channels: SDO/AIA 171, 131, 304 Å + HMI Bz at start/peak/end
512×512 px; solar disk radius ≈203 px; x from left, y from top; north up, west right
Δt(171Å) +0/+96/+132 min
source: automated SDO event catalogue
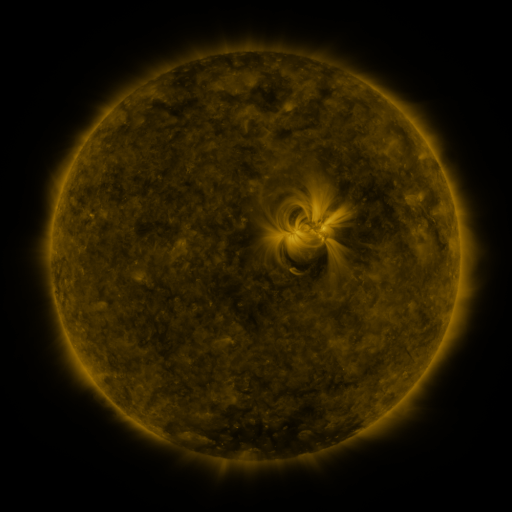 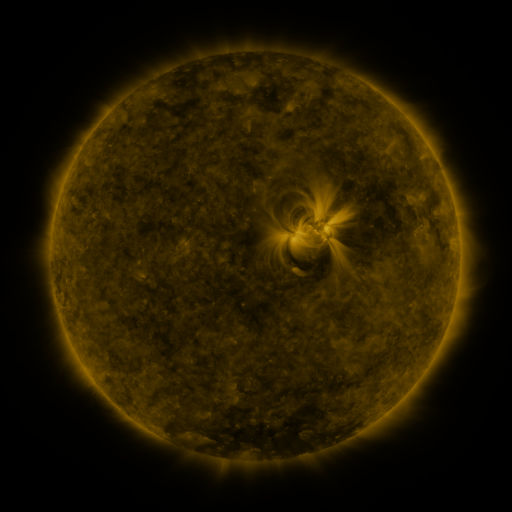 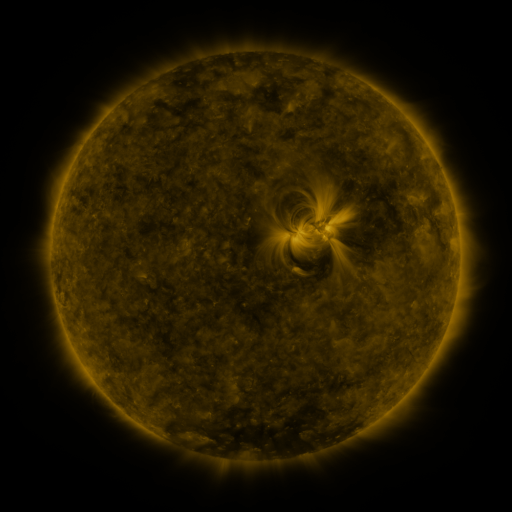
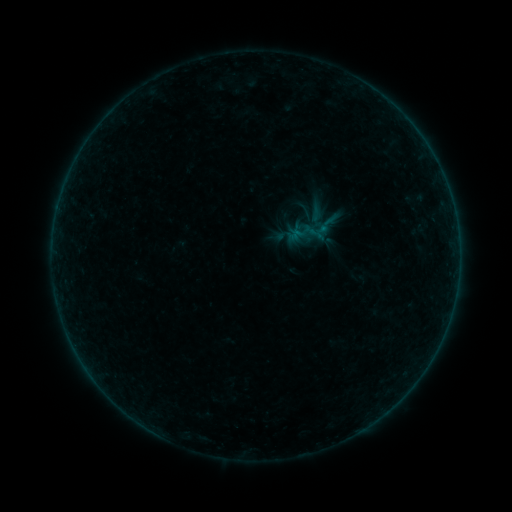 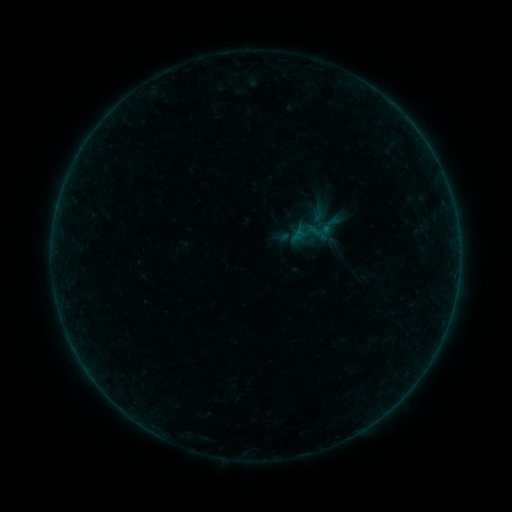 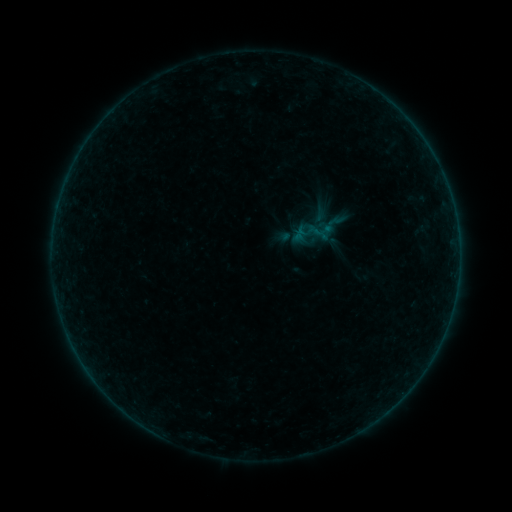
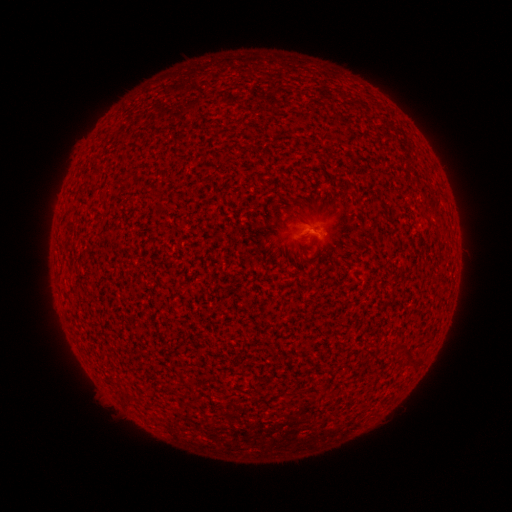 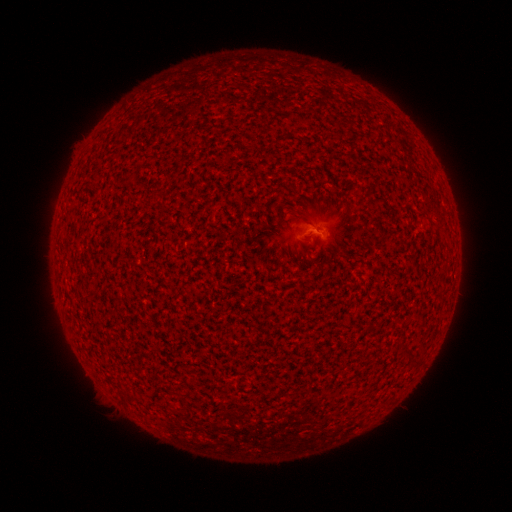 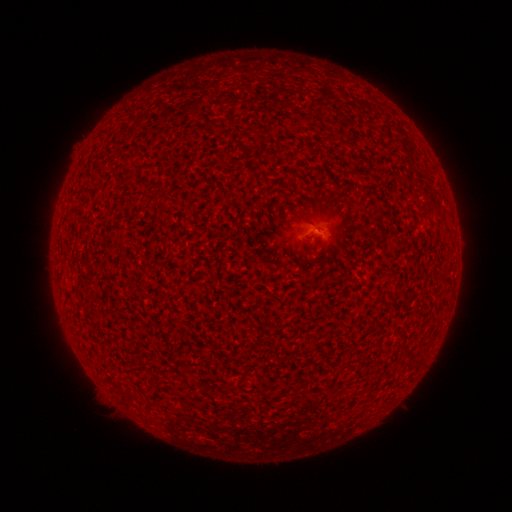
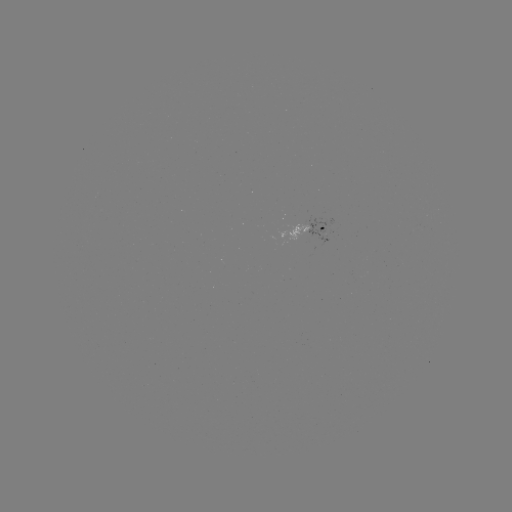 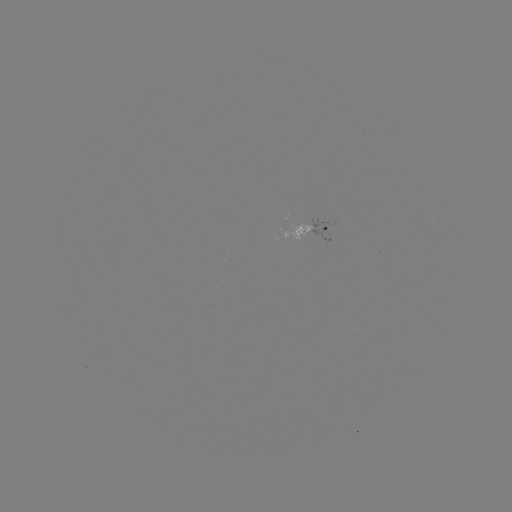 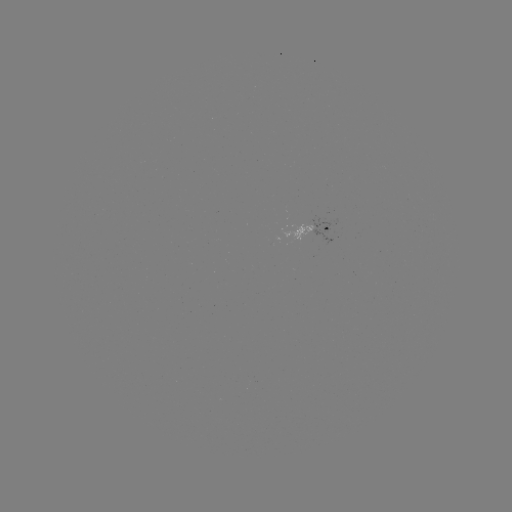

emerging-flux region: (280, 221, 312, 241)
